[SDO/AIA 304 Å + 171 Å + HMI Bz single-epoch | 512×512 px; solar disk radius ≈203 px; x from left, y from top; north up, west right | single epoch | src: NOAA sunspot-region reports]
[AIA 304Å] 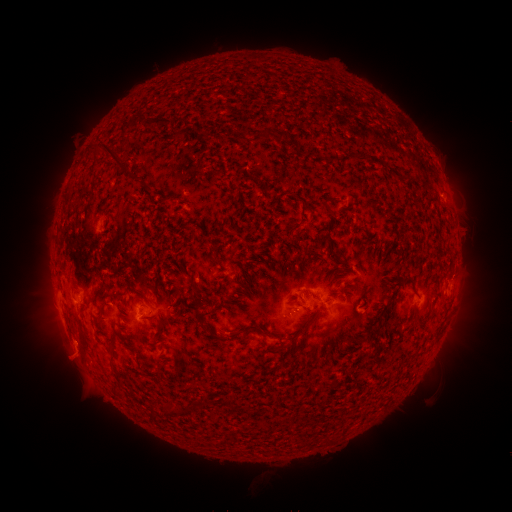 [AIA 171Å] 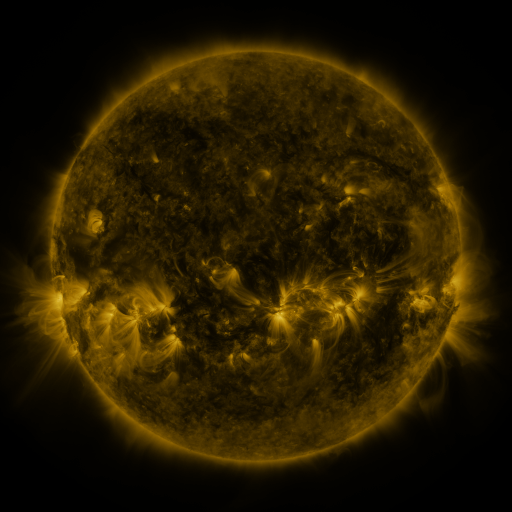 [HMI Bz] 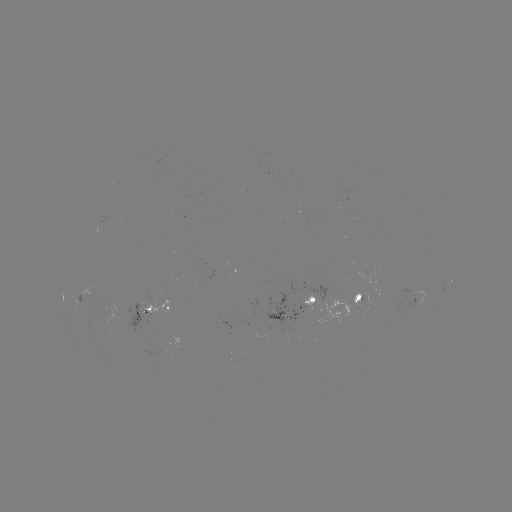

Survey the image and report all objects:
spotted active region: (241, 268)
spotted active region: (452, 278)
spotted active region: (83, 294)
spotted active region: (296, 300)
spotted active region: (351, 301)
spotted active region: (157, 305)
